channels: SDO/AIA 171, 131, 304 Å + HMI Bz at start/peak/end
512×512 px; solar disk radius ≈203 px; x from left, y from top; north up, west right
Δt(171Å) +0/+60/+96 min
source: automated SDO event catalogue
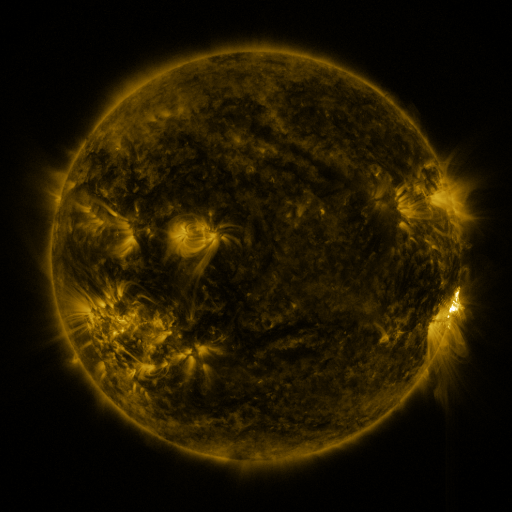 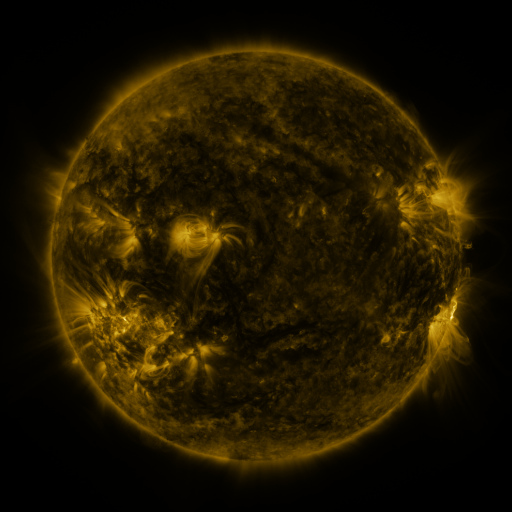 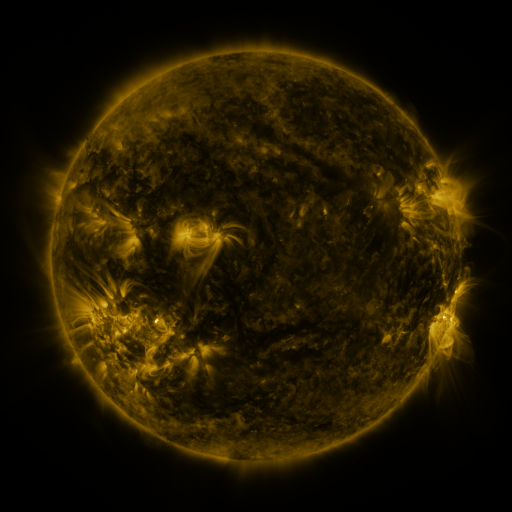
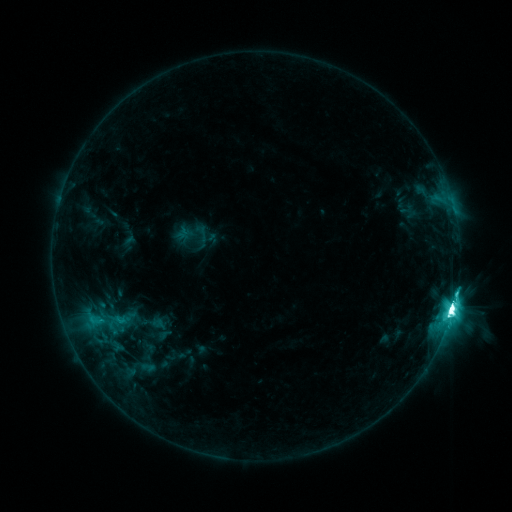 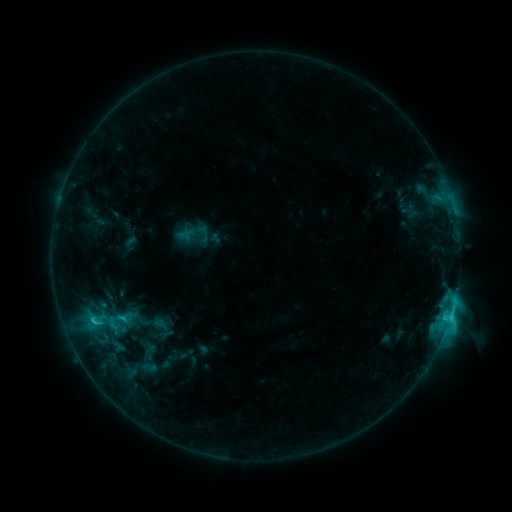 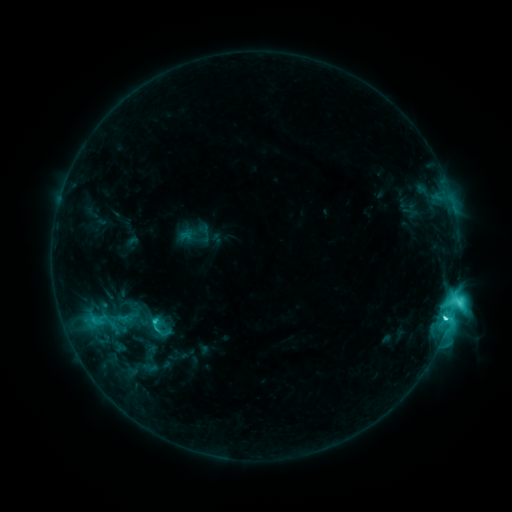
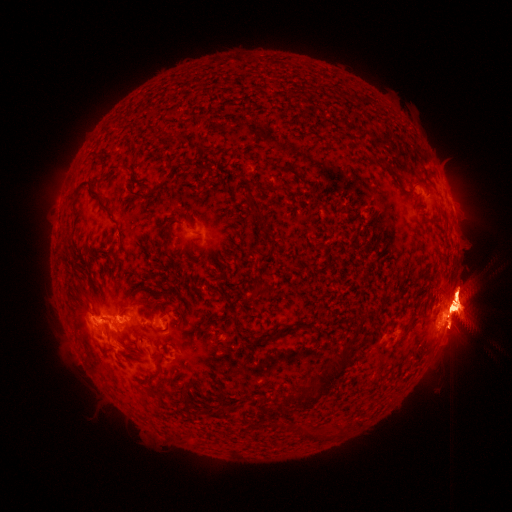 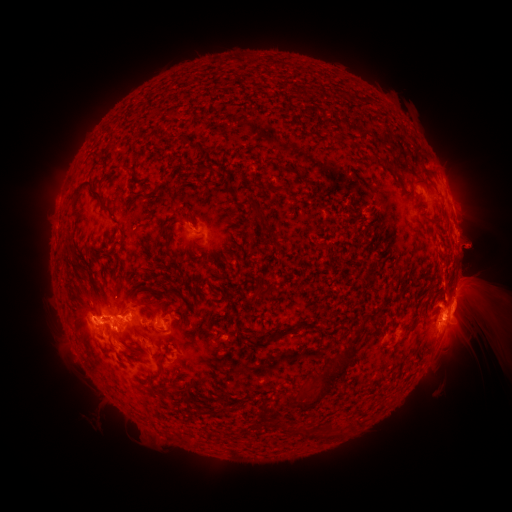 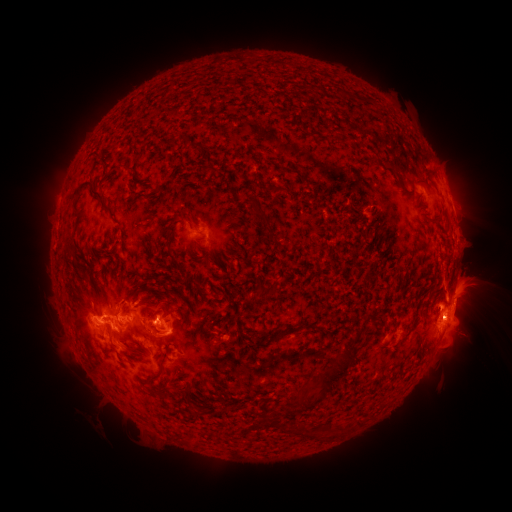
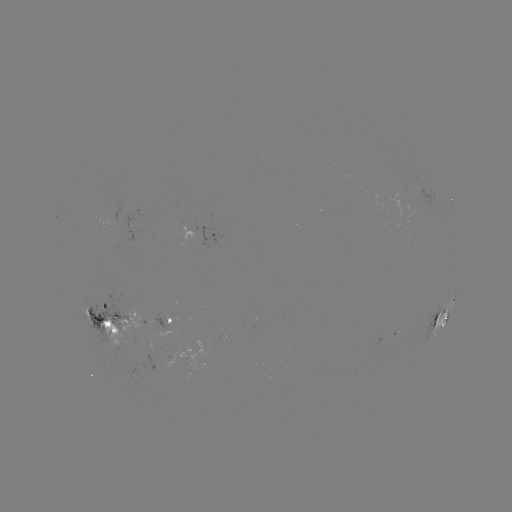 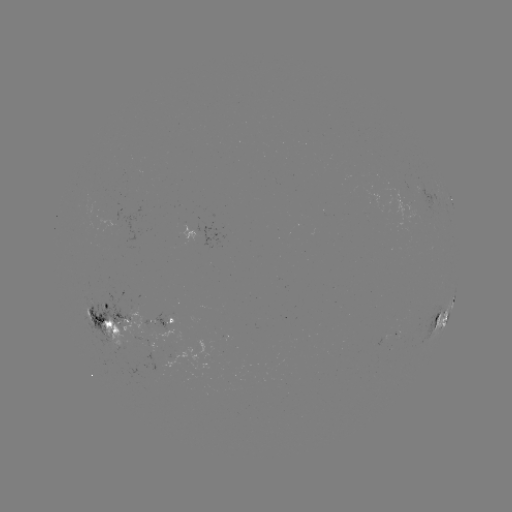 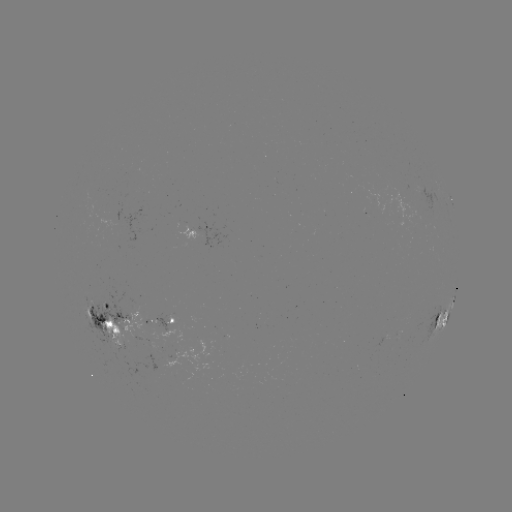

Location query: emerging-flux region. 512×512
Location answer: [110, 336].